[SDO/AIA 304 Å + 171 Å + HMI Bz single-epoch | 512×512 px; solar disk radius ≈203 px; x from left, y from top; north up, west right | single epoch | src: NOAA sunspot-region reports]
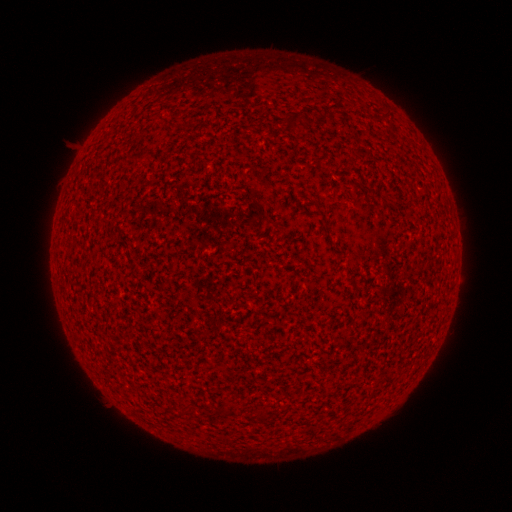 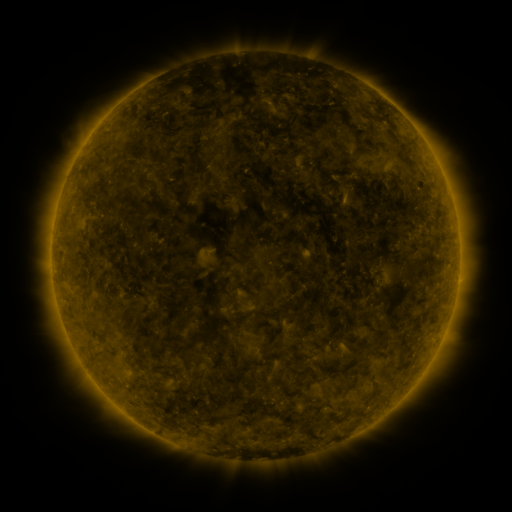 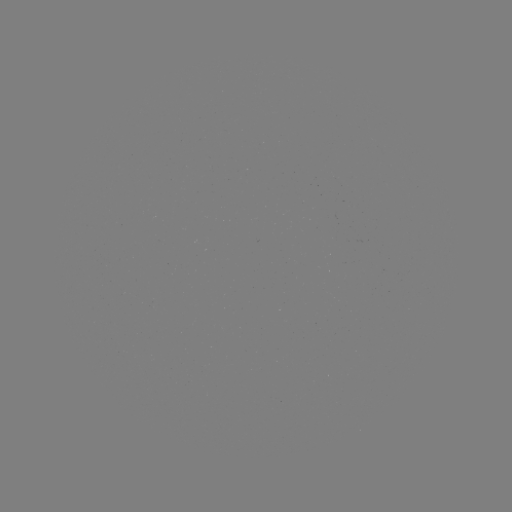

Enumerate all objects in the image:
(none)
